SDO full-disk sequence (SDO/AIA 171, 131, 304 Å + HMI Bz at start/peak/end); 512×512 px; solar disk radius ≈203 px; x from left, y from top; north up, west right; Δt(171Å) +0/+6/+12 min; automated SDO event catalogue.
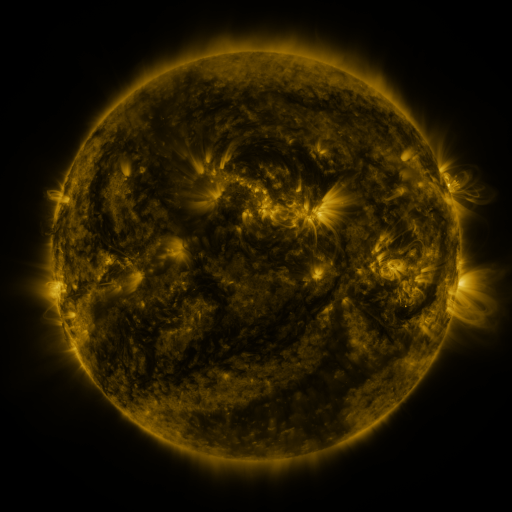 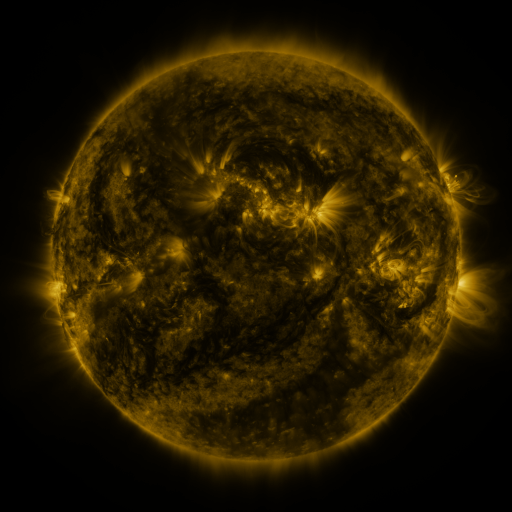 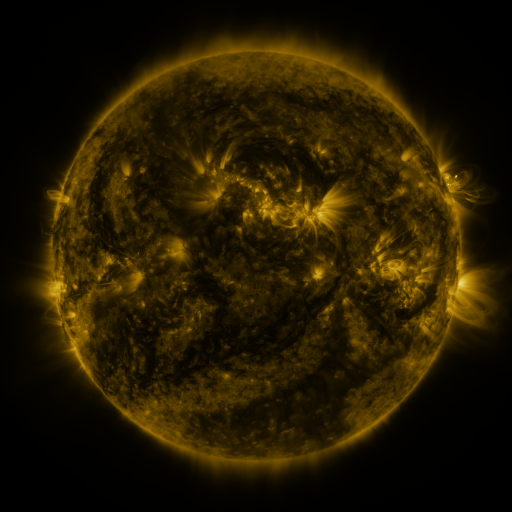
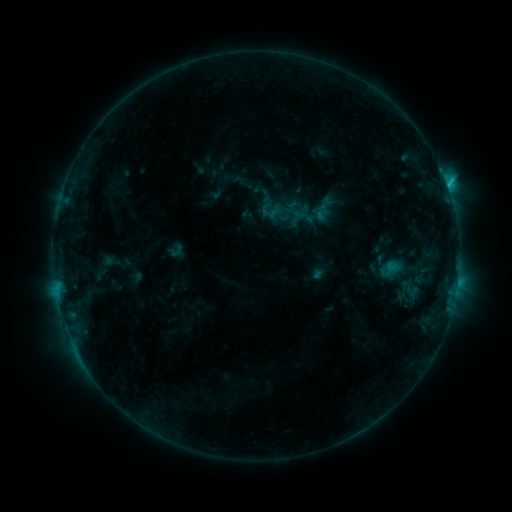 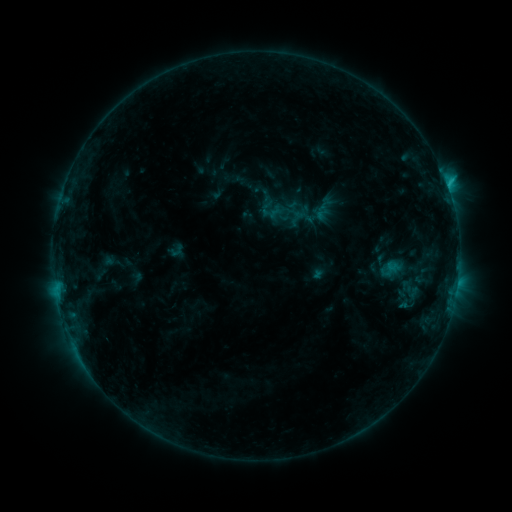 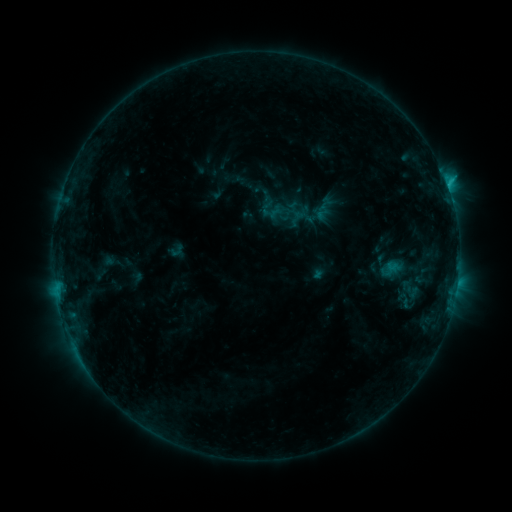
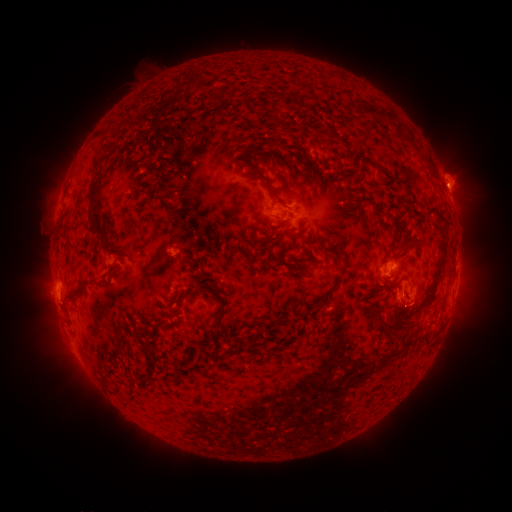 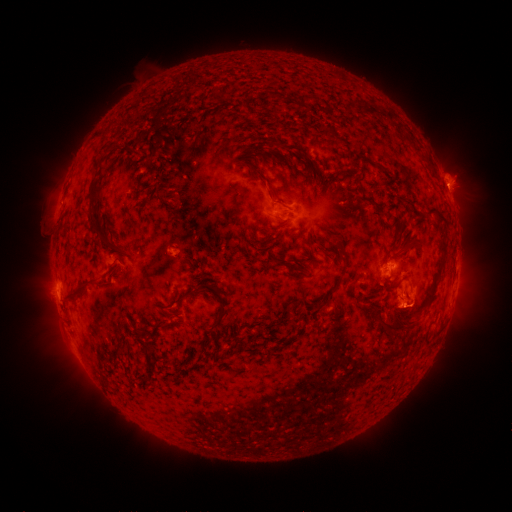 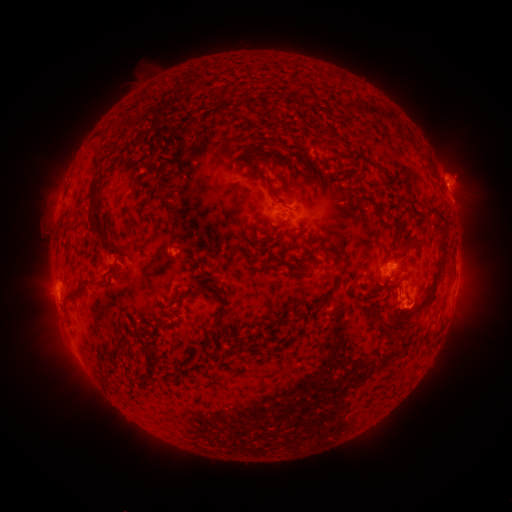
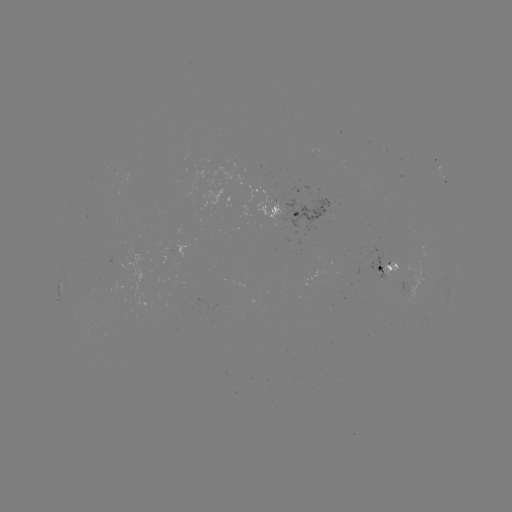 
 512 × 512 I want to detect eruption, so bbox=[385, 291, 427, 335].